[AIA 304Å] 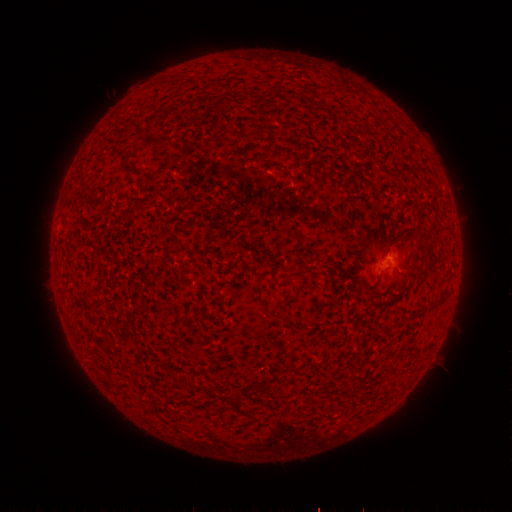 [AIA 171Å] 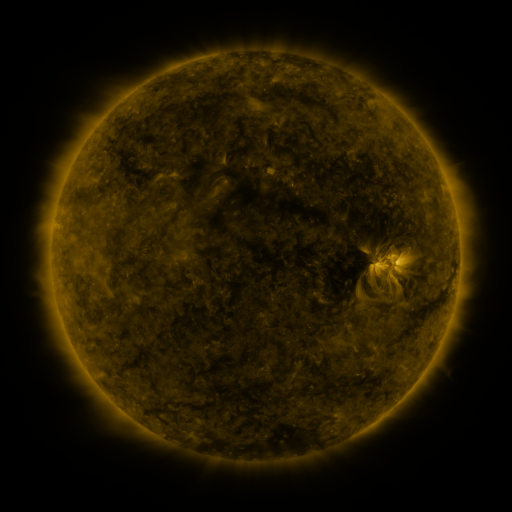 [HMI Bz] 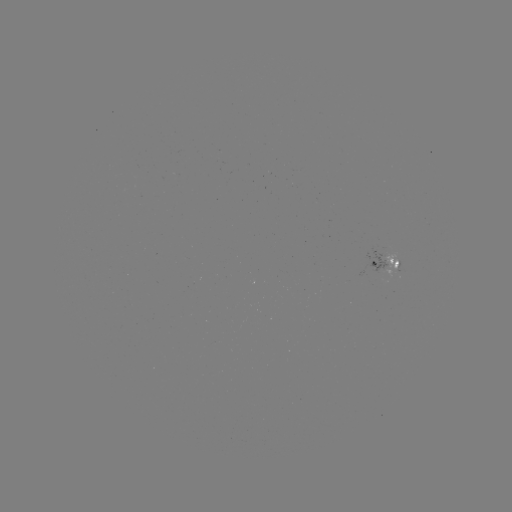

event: spotted active region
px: (396, 263)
